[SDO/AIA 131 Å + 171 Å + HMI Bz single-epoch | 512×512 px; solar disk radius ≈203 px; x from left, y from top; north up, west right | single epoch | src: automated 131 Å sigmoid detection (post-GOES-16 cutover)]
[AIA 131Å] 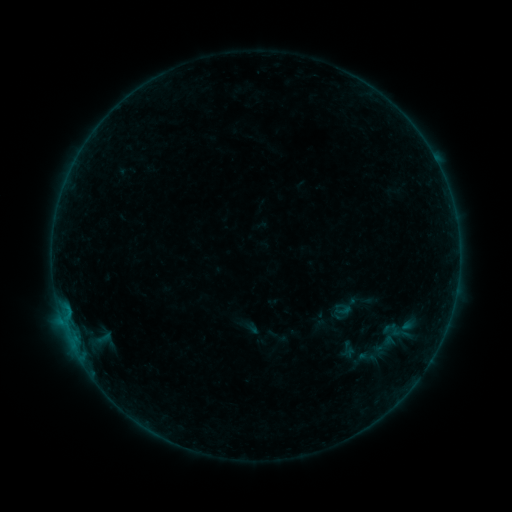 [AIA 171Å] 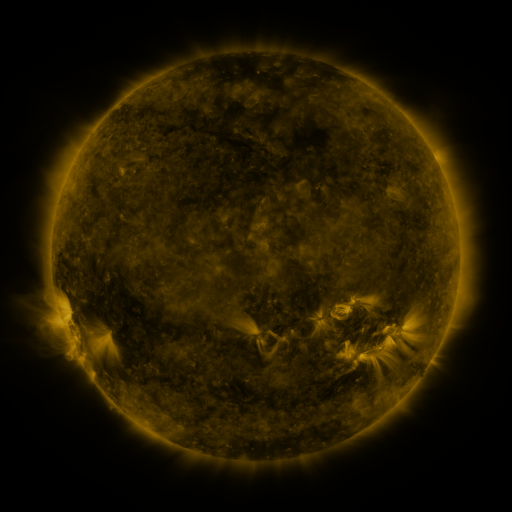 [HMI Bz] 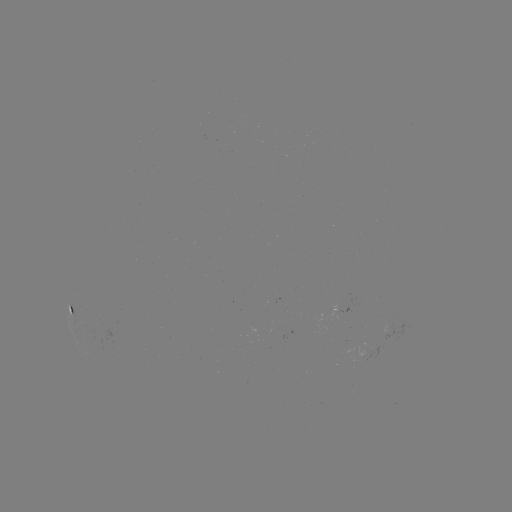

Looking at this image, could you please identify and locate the sigmoid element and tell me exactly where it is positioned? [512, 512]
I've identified sigmoid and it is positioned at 343,310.